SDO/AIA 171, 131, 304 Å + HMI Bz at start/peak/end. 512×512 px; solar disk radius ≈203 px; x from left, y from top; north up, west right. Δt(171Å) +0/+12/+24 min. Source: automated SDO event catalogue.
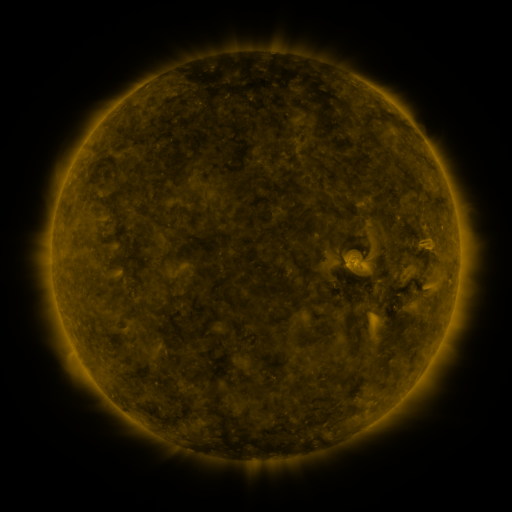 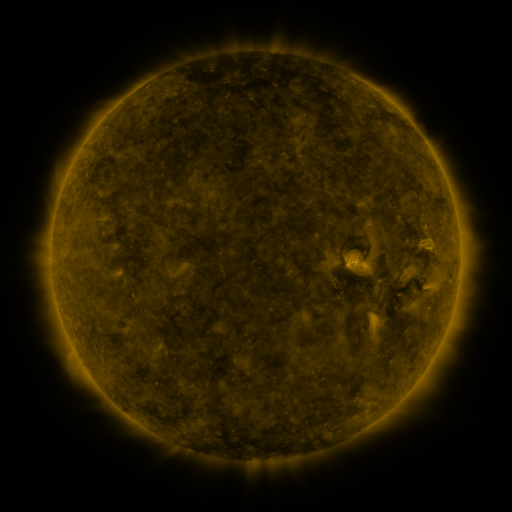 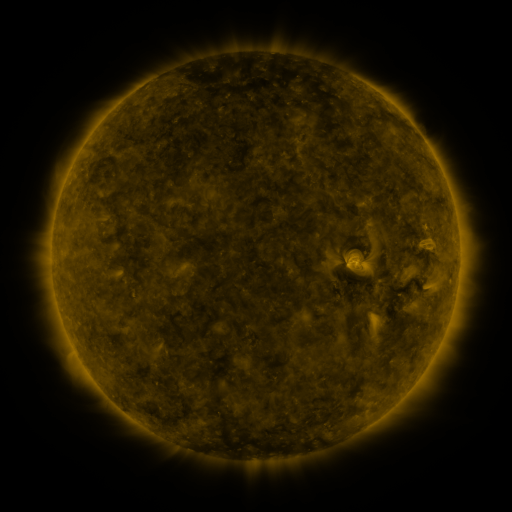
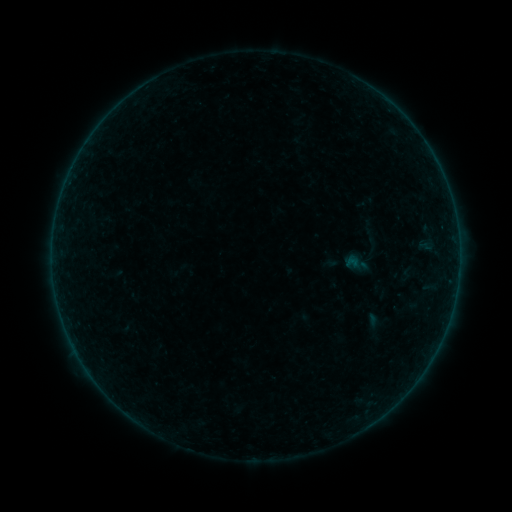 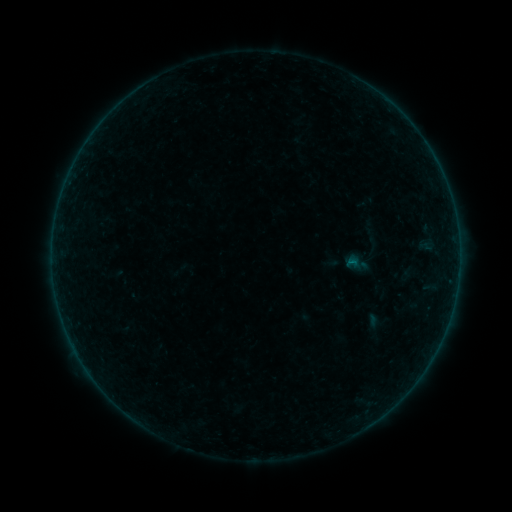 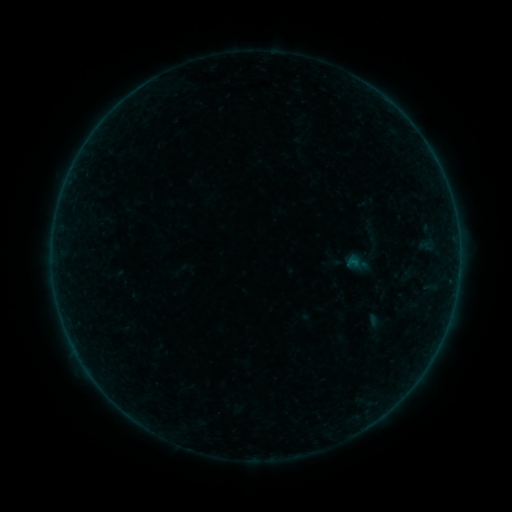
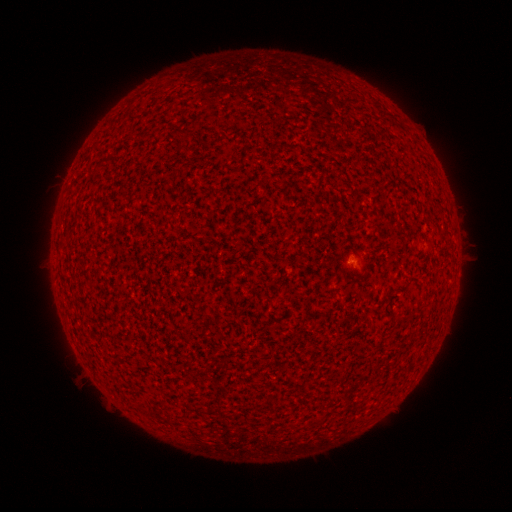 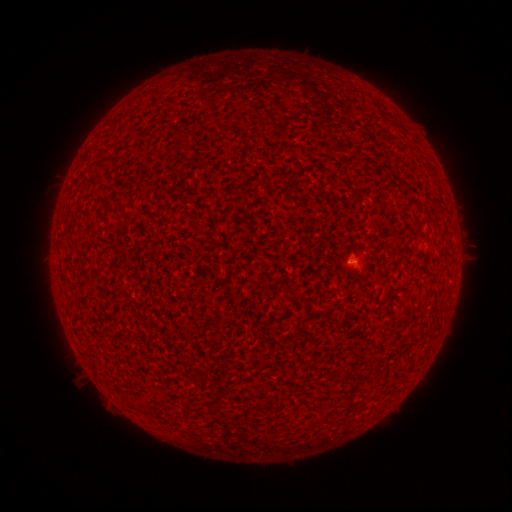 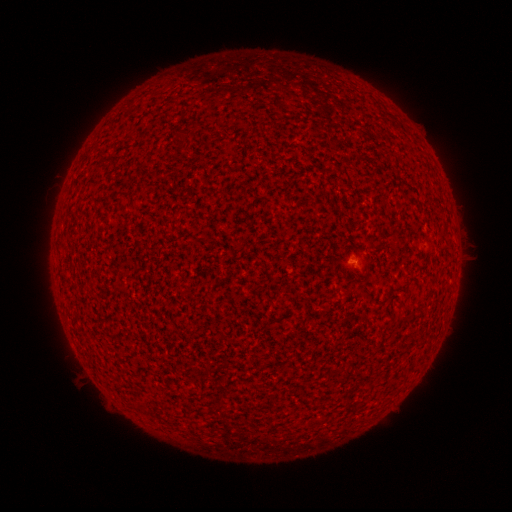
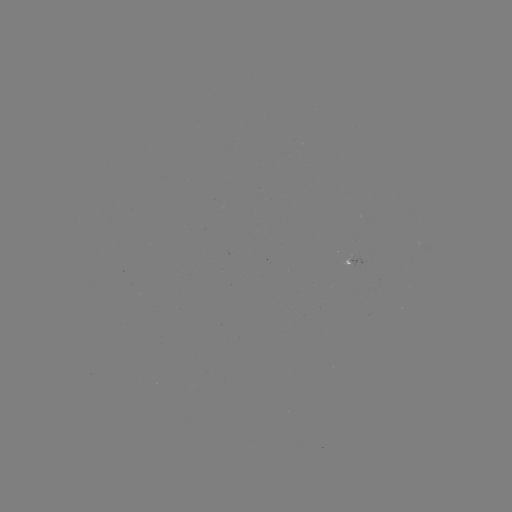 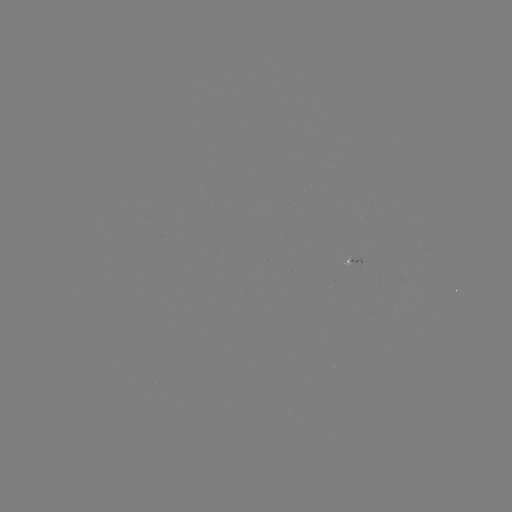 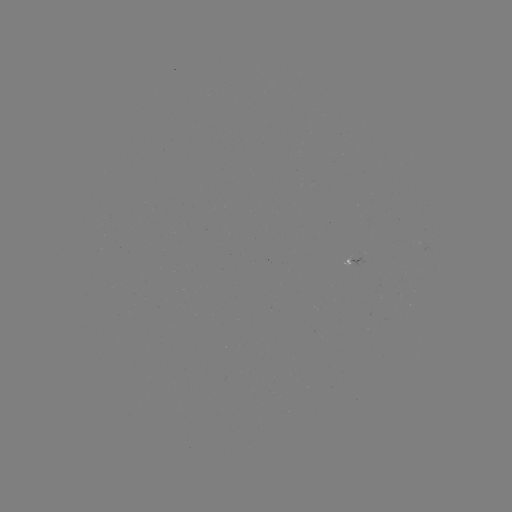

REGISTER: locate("A4.4 flare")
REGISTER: (348, 264)